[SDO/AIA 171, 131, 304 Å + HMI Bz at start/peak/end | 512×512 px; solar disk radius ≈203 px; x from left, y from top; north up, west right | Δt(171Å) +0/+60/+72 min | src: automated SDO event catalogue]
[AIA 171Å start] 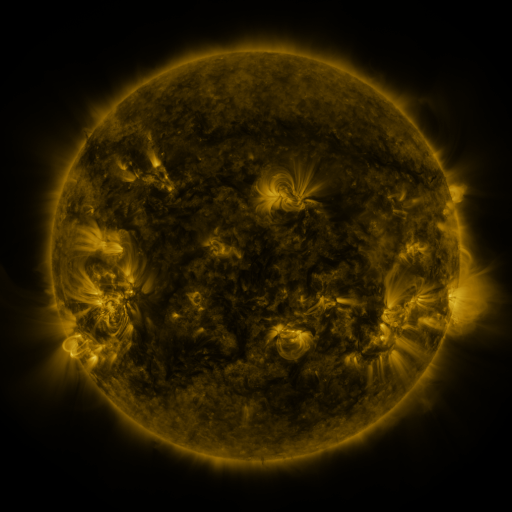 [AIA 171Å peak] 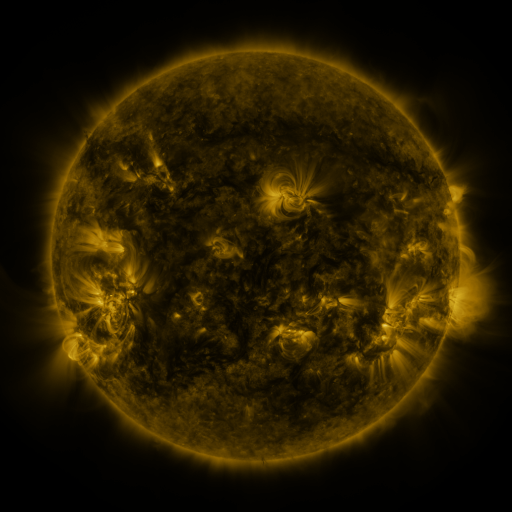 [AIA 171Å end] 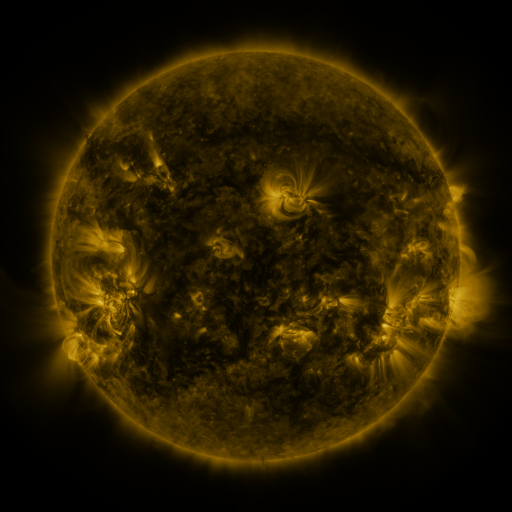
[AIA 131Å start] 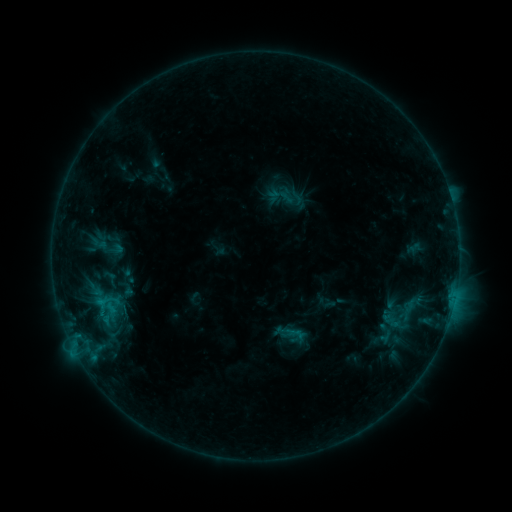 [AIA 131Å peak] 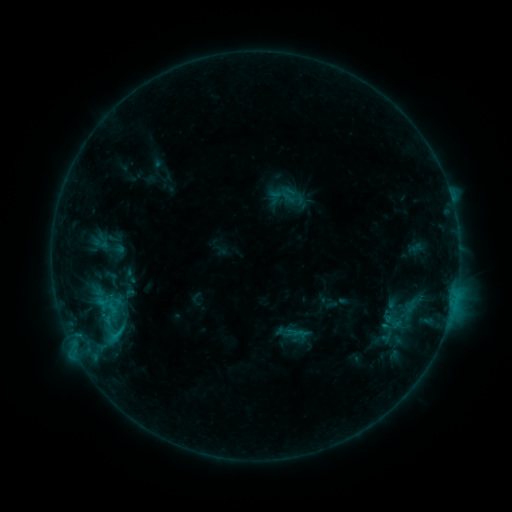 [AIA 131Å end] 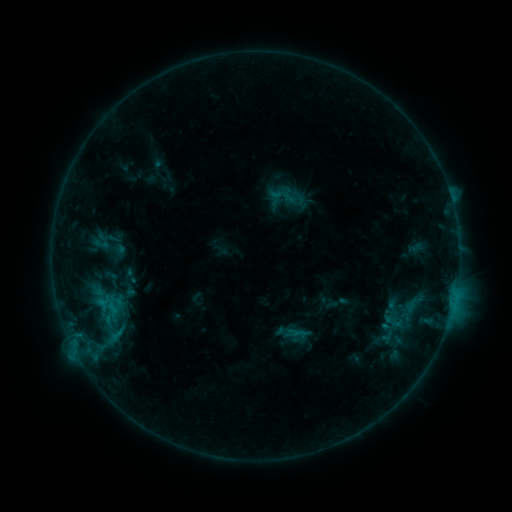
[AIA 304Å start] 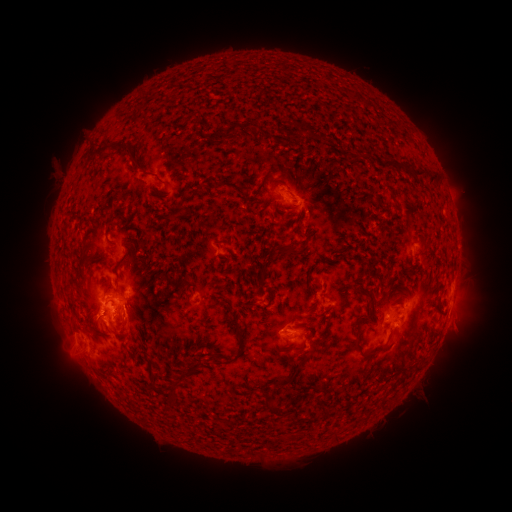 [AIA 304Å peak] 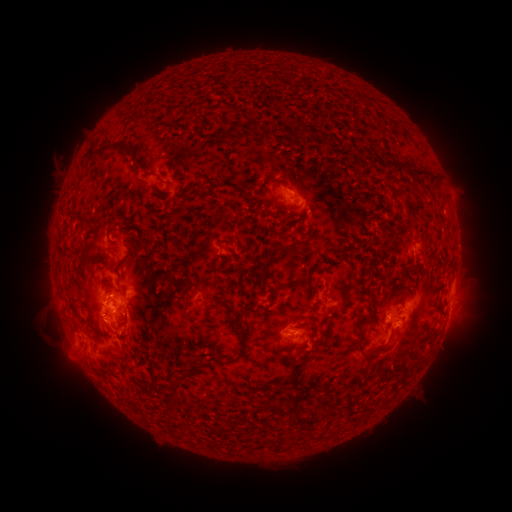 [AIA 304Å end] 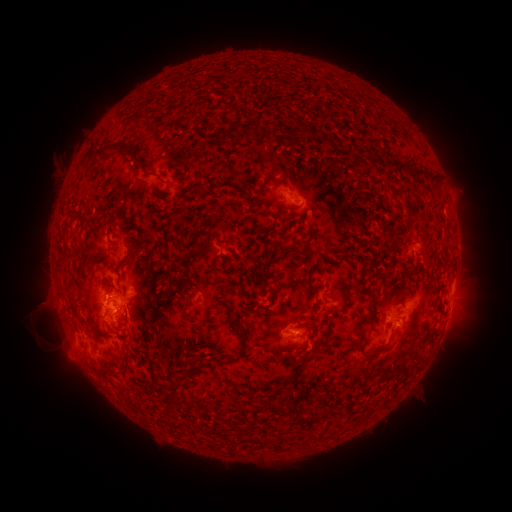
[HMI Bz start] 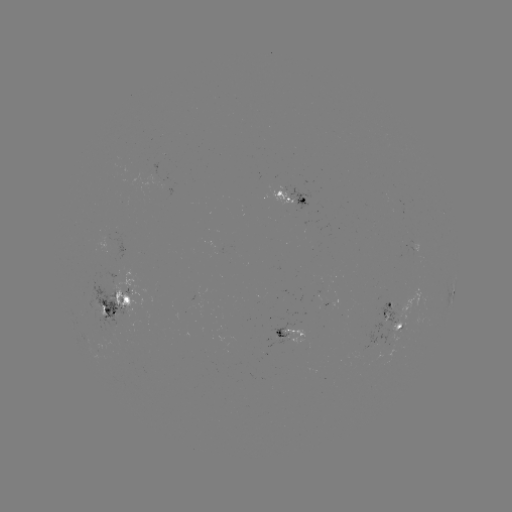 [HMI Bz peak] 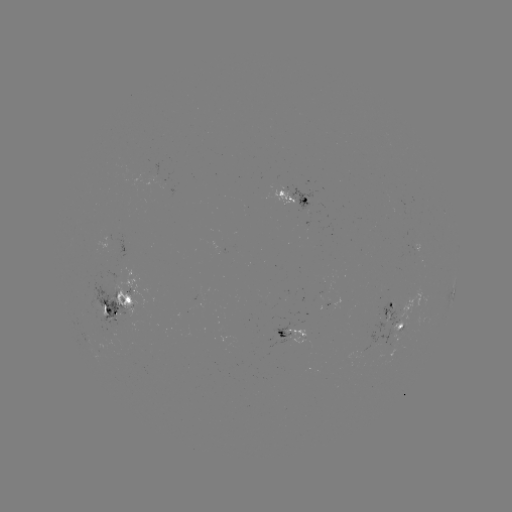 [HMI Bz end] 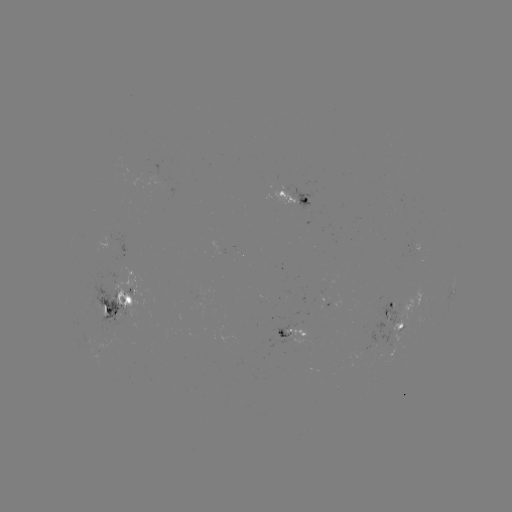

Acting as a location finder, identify emerging-flux region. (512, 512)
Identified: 276,341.